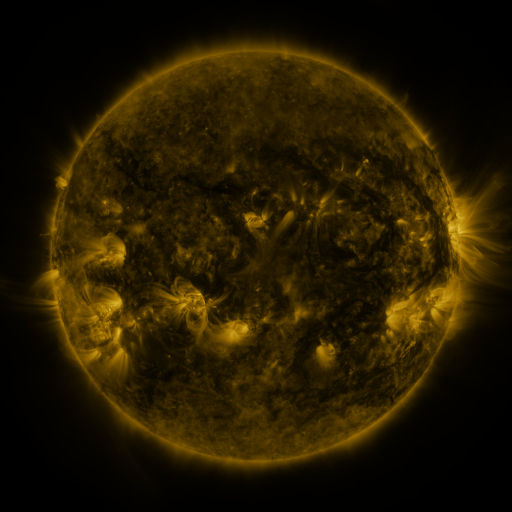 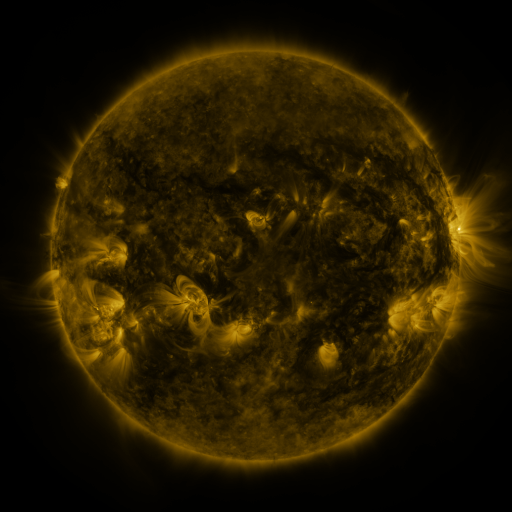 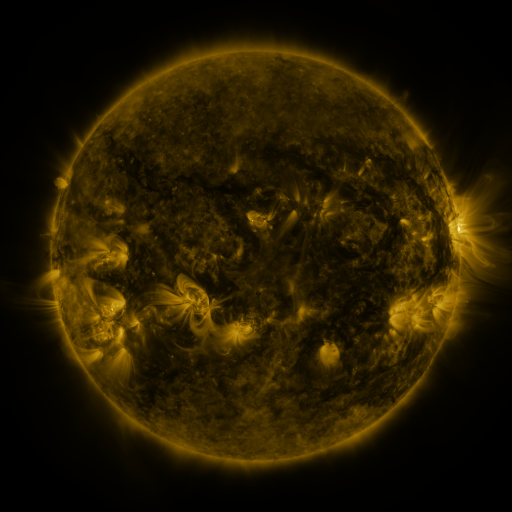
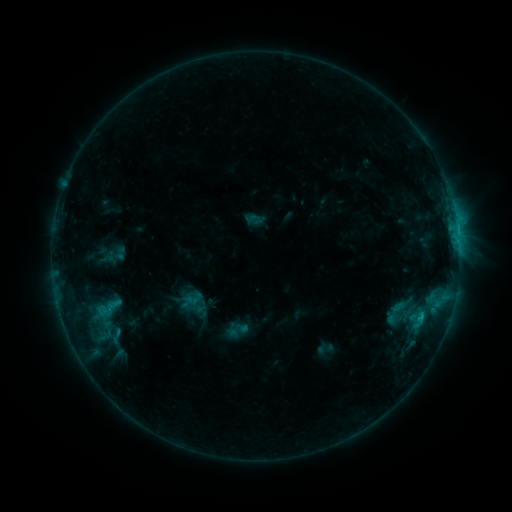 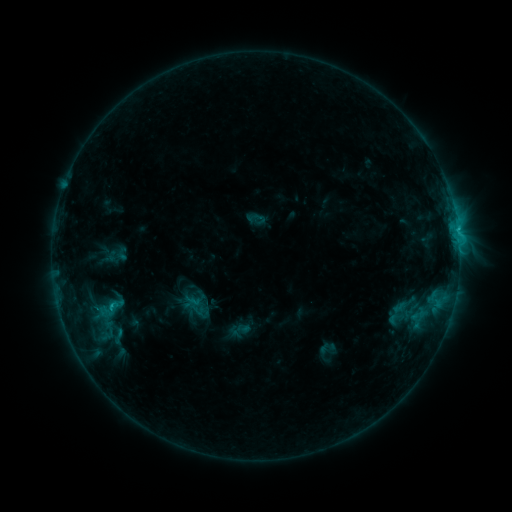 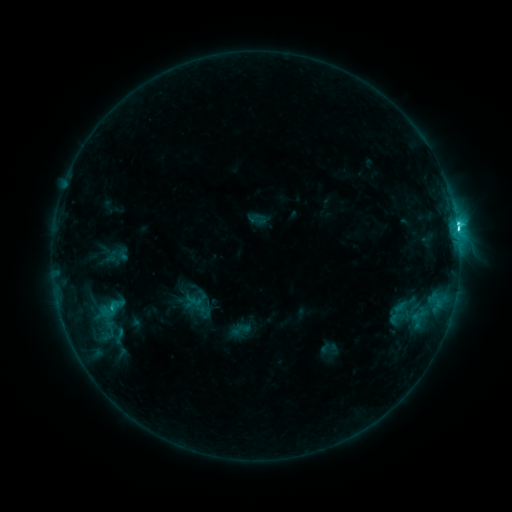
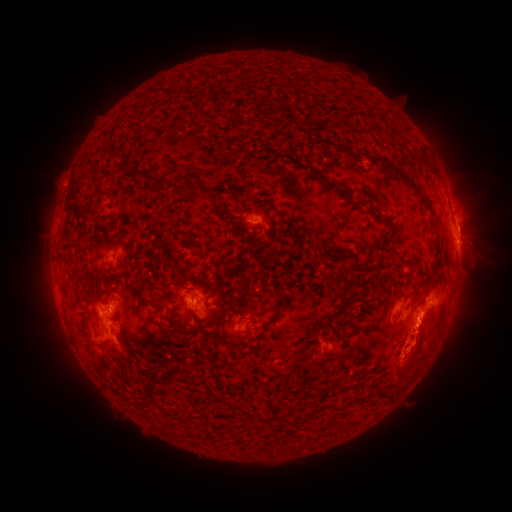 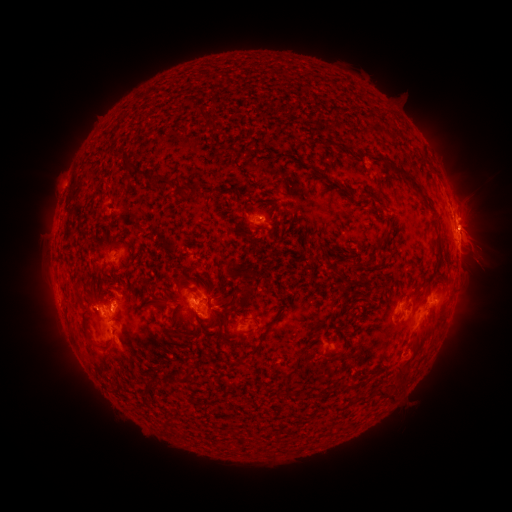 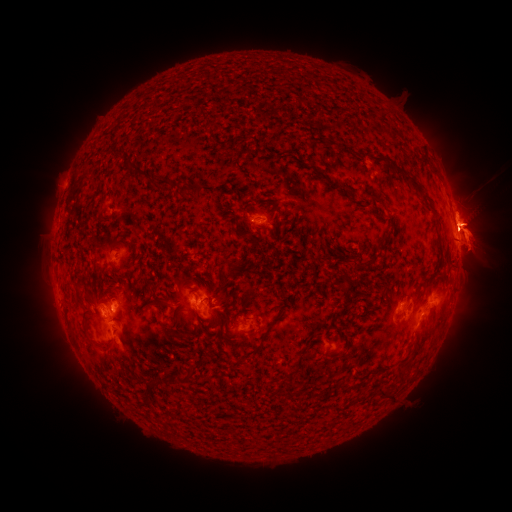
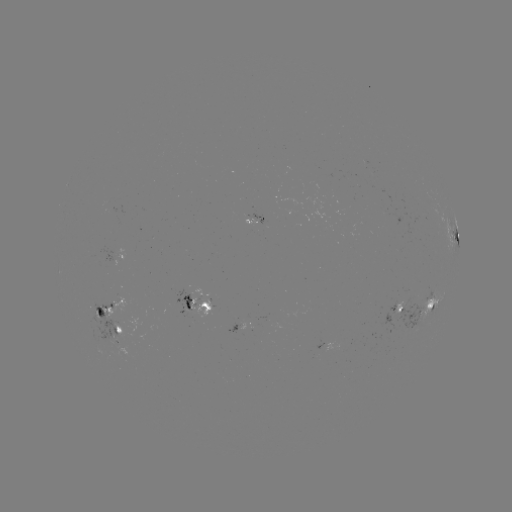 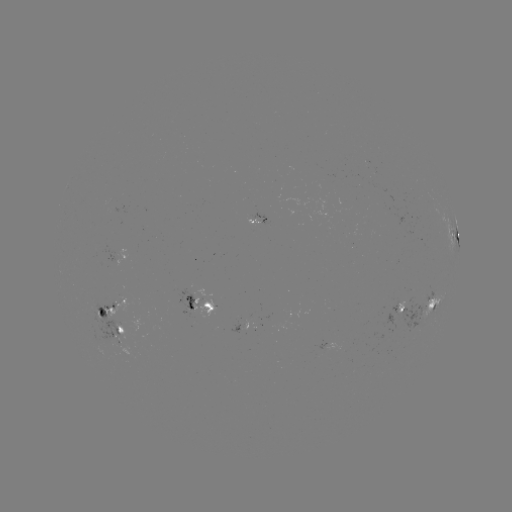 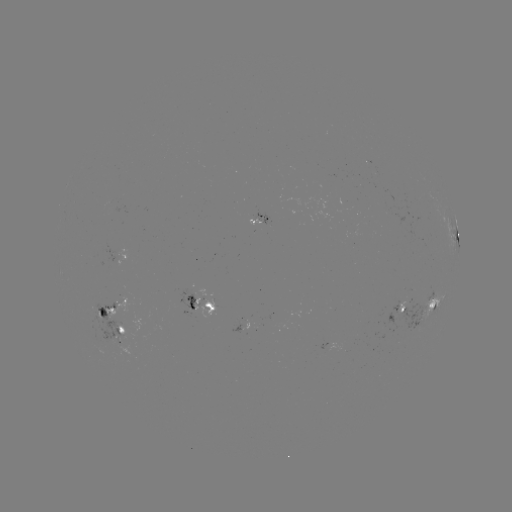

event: emerging-flux region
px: (121, 346)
